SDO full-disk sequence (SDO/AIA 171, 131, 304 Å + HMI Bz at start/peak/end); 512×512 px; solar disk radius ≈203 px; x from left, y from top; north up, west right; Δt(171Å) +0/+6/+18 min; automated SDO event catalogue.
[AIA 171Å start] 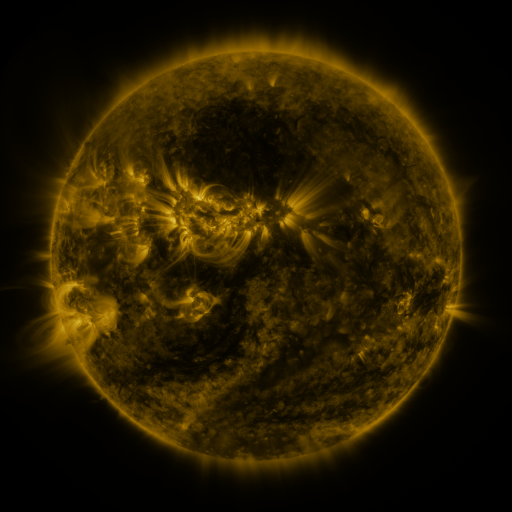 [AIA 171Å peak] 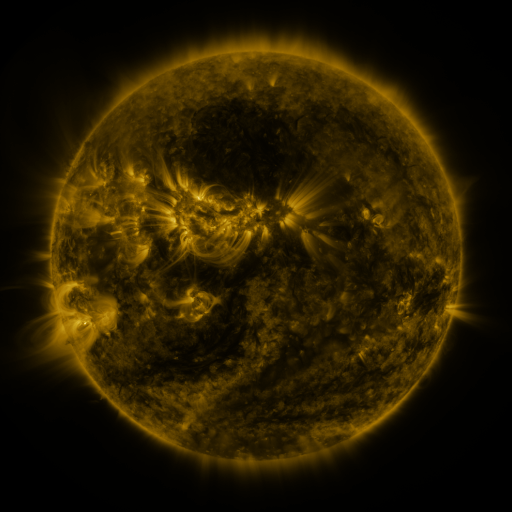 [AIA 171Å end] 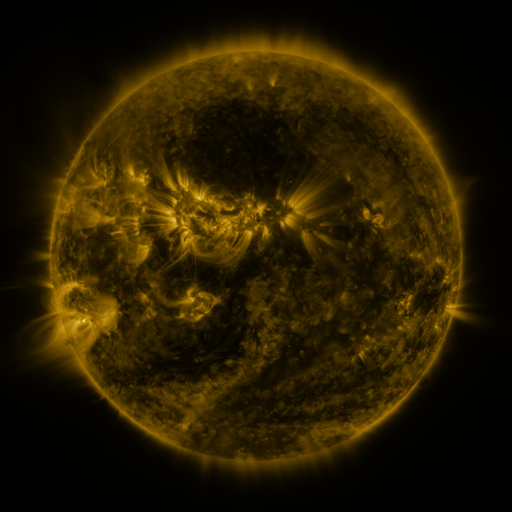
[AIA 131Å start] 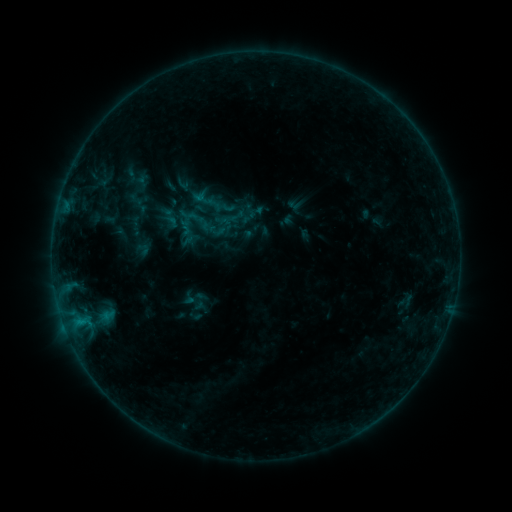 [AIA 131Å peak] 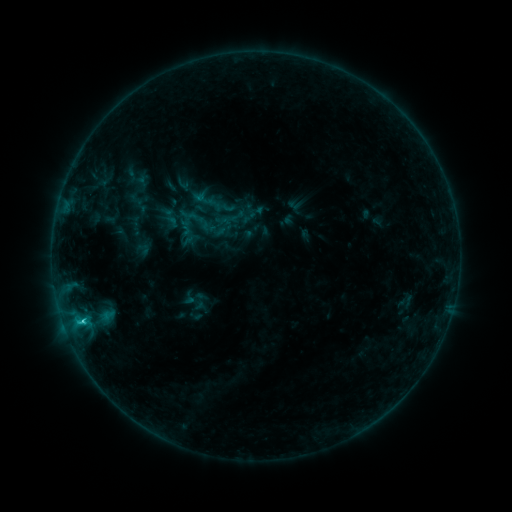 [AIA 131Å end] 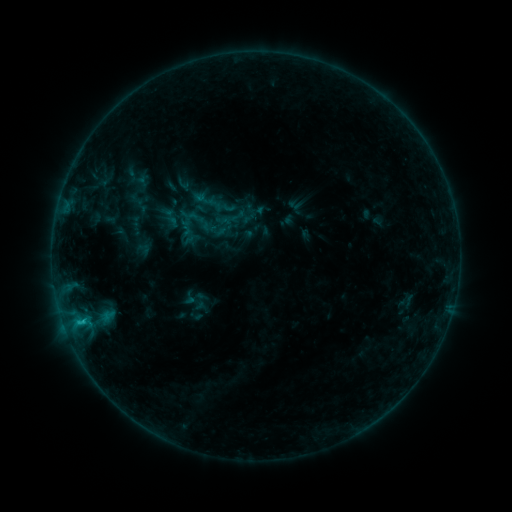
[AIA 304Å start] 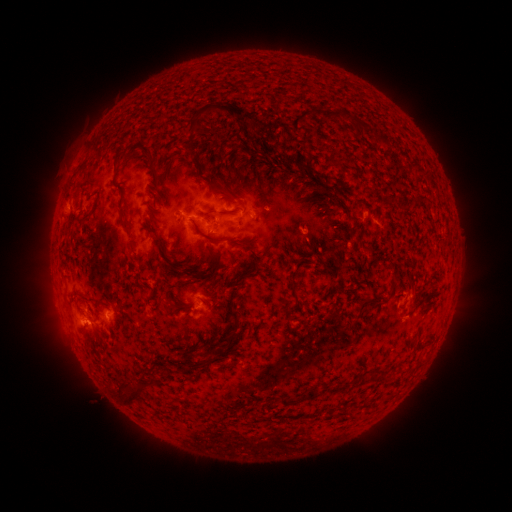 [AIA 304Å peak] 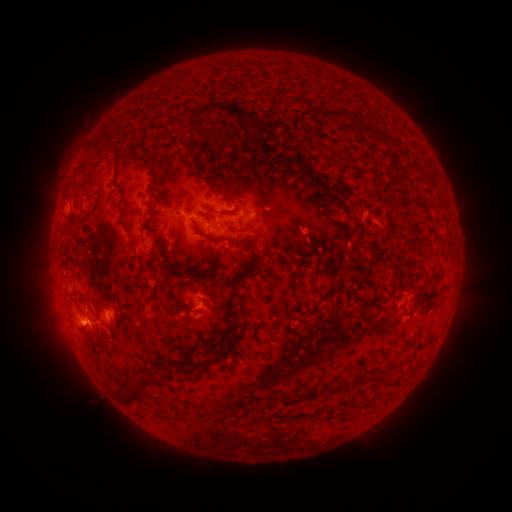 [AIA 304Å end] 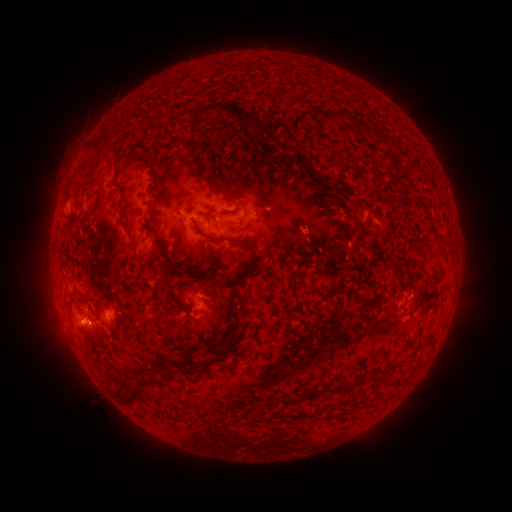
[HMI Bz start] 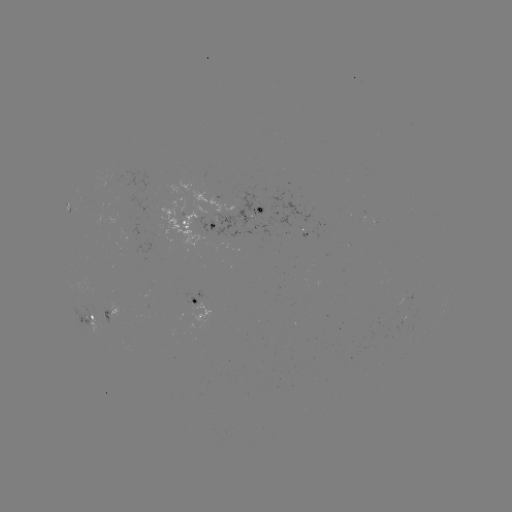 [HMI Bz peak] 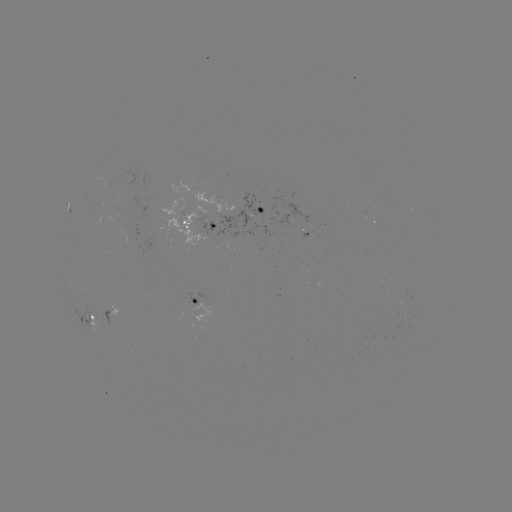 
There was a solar flare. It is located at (84, 320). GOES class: C1.0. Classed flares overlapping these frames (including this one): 1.